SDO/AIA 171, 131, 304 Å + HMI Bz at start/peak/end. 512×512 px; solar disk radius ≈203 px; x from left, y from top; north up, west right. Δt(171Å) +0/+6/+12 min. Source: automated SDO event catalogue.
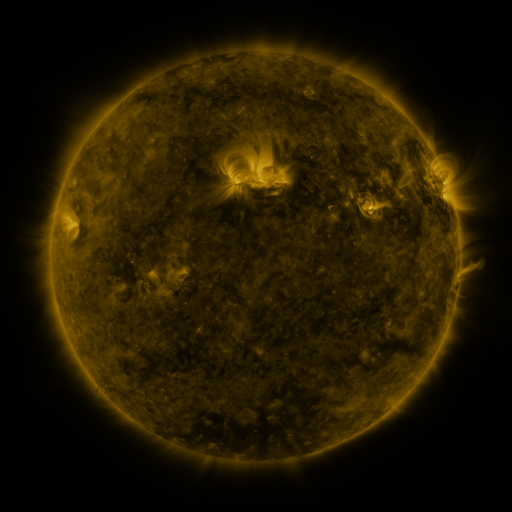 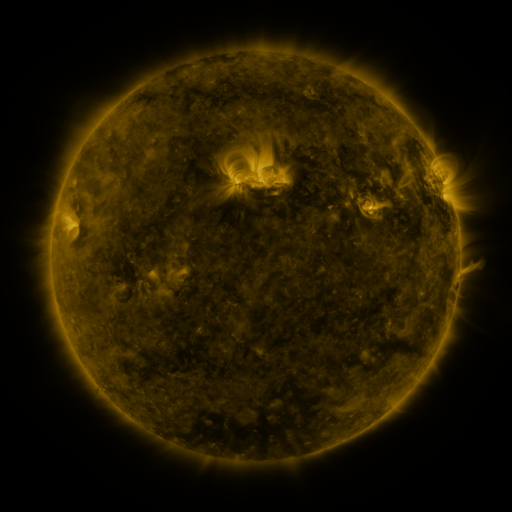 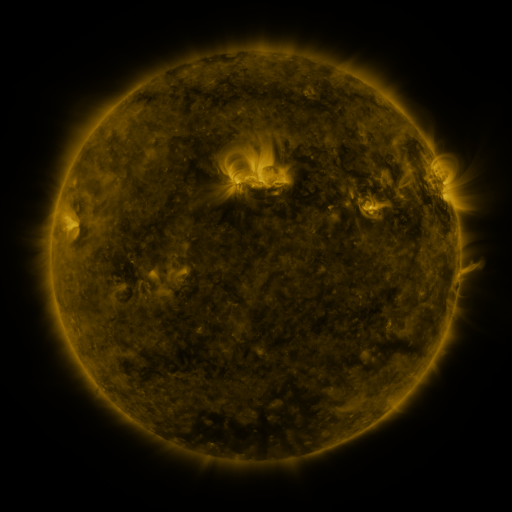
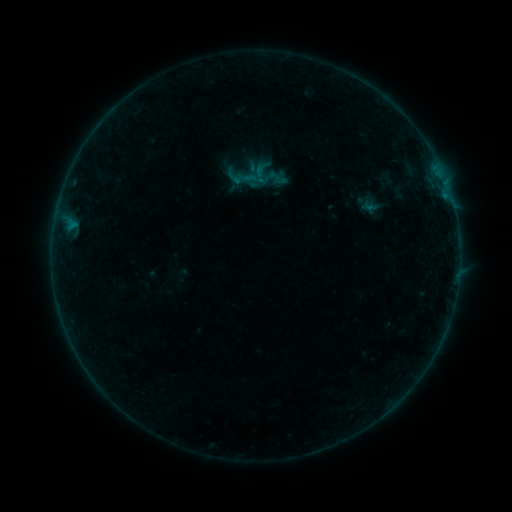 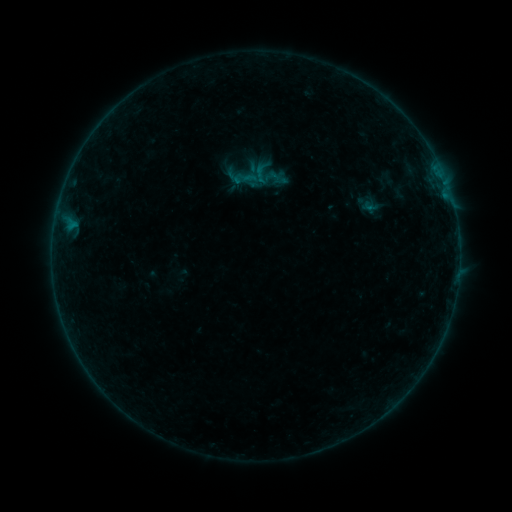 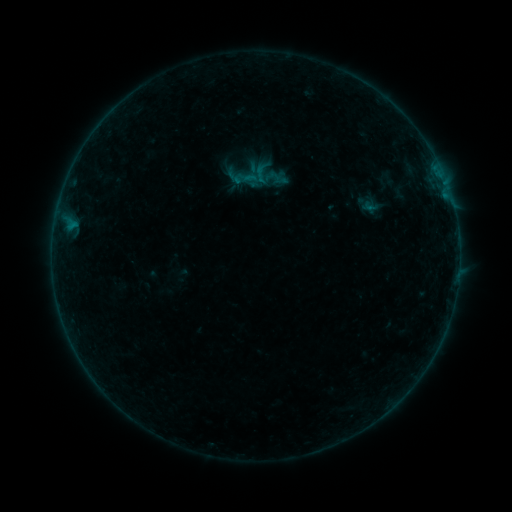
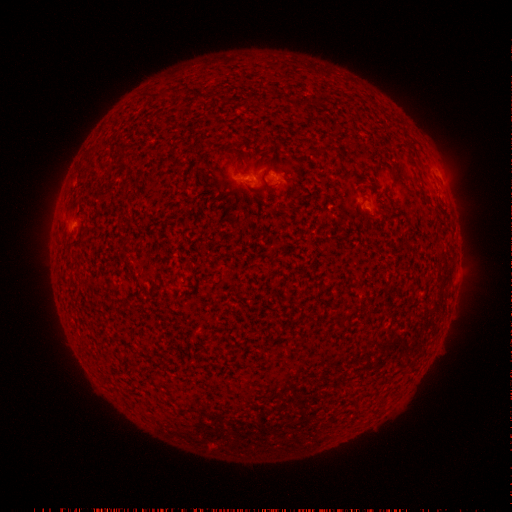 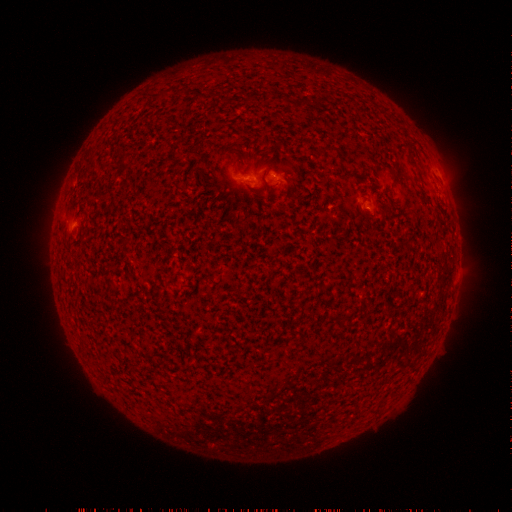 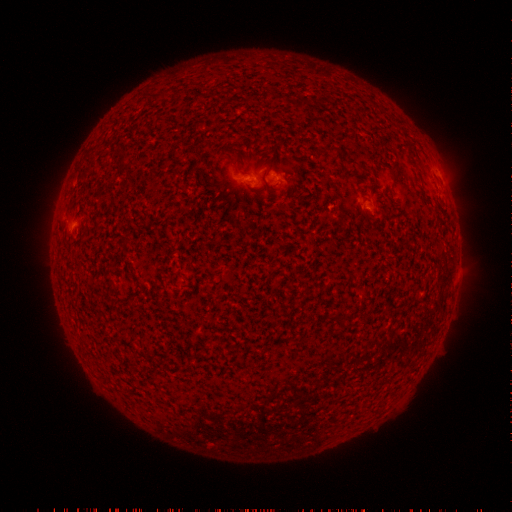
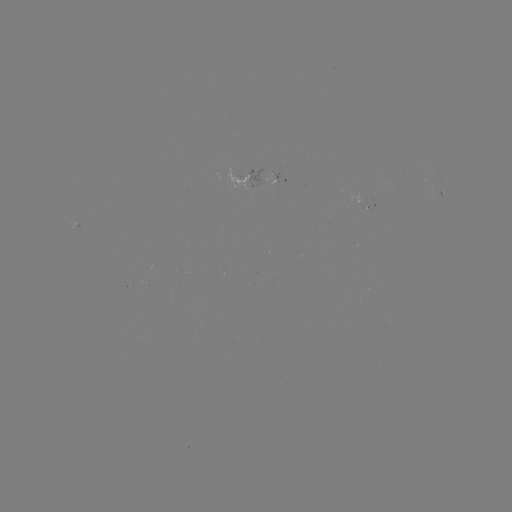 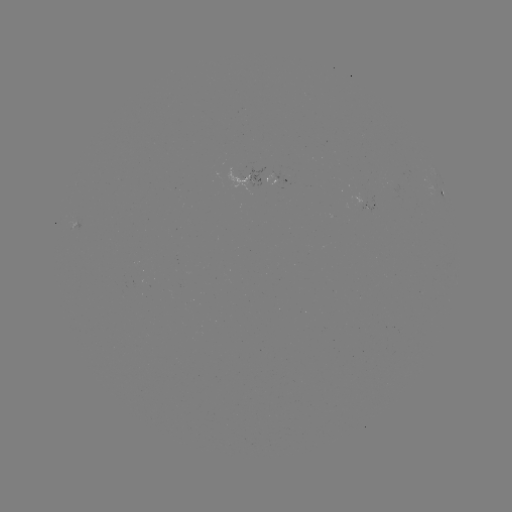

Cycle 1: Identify B2.1 flare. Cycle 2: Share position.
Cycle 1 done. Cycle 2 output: (242, 178).